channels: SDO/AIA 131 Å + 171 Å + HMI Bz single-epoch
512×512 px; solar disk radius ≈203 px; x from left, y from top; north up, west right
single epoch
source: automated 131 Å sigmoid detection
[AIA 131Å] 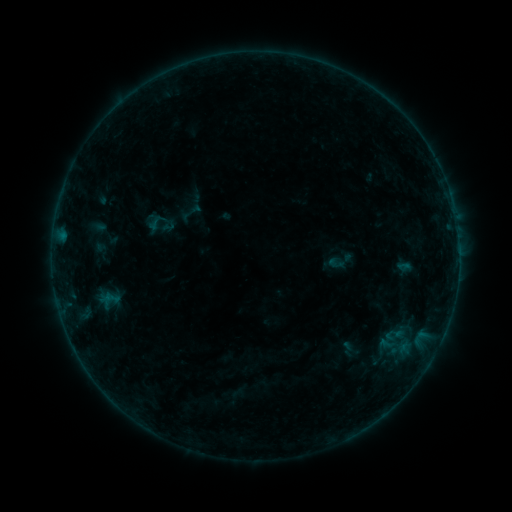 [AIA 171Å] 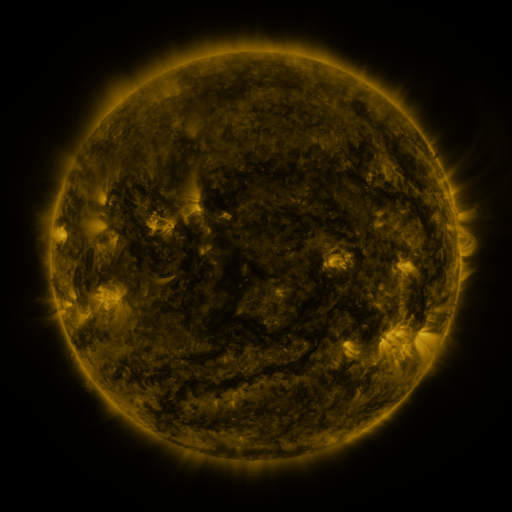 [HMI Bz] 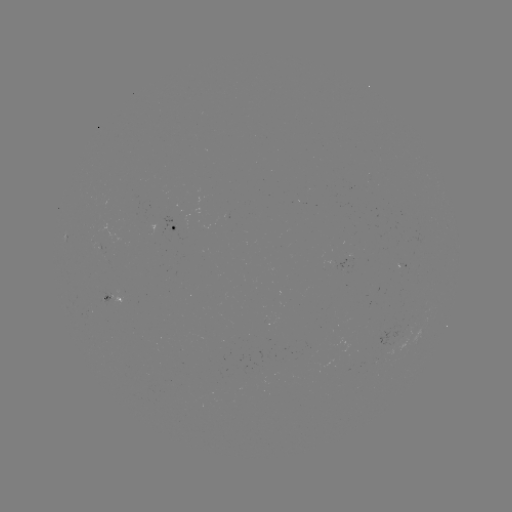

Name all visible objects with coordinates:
sigmoid: (157, 222)
